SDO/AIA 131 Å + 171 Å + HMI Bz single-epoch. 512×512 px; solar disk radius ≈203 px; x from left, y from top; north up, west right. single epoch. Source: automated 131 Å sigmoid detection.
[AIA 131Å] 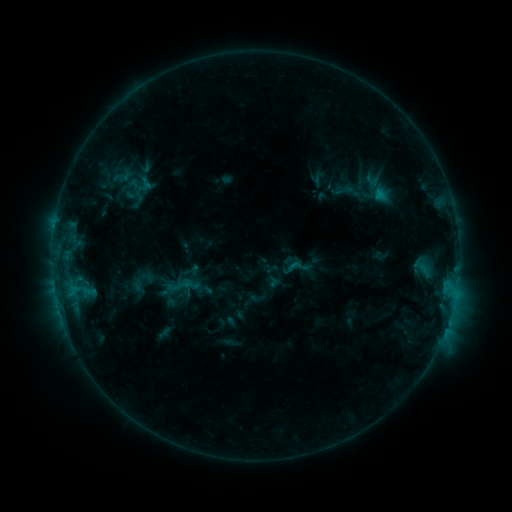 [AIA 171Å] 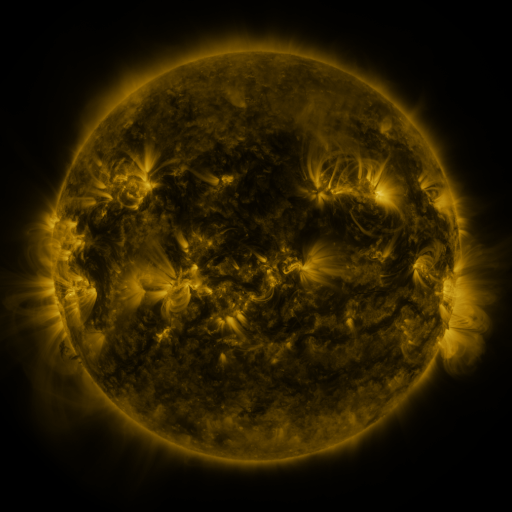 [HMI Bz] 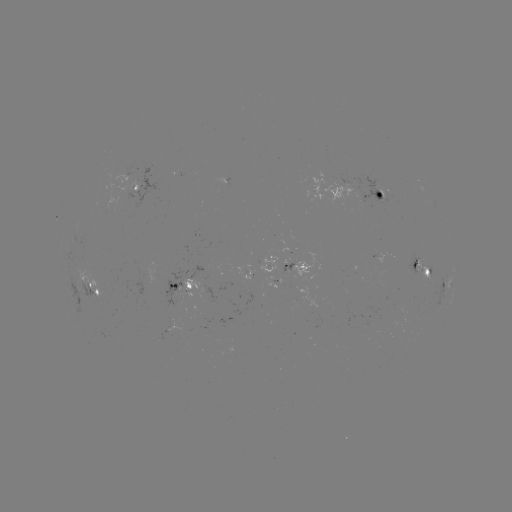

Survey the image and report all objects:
sigmoid: [333, 180, 356, 201]
sigmoid: [286, 255, 309, 279]
